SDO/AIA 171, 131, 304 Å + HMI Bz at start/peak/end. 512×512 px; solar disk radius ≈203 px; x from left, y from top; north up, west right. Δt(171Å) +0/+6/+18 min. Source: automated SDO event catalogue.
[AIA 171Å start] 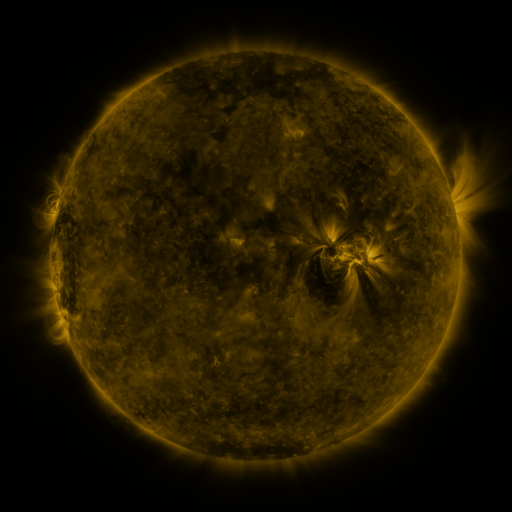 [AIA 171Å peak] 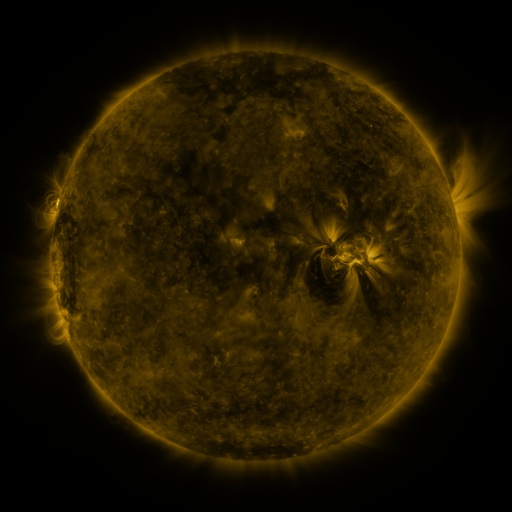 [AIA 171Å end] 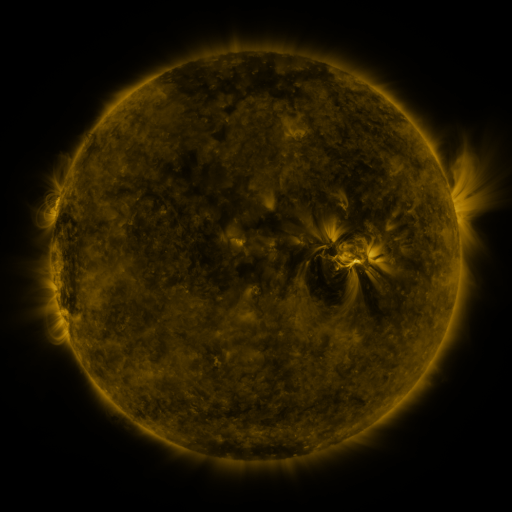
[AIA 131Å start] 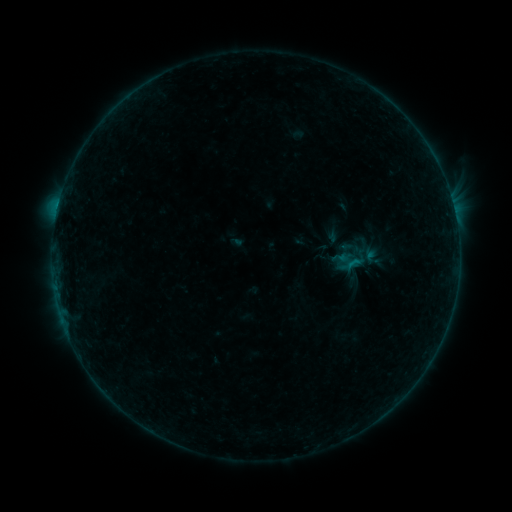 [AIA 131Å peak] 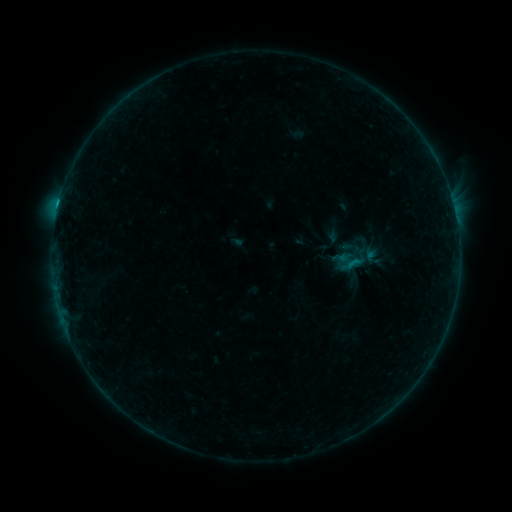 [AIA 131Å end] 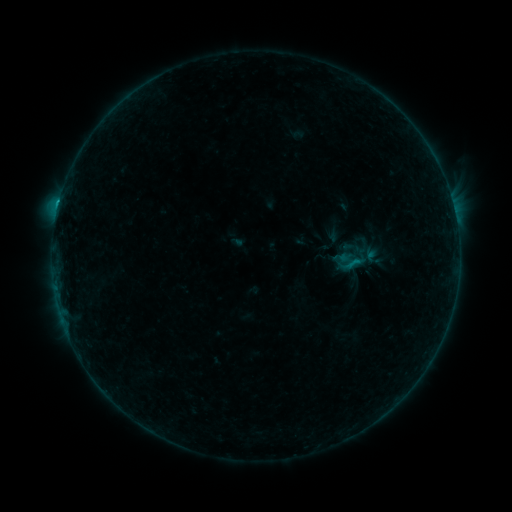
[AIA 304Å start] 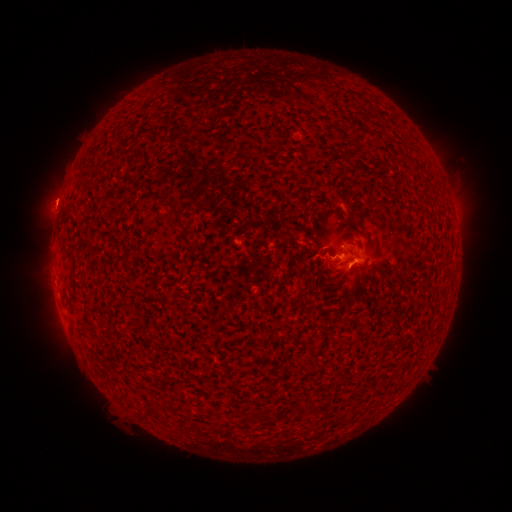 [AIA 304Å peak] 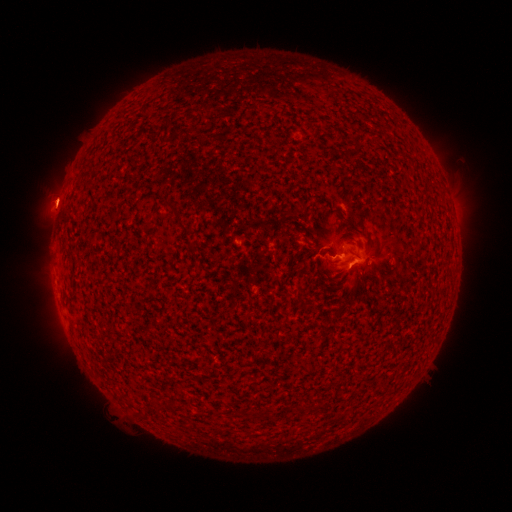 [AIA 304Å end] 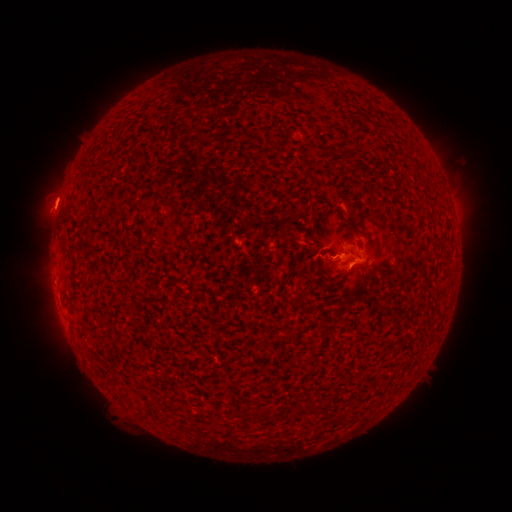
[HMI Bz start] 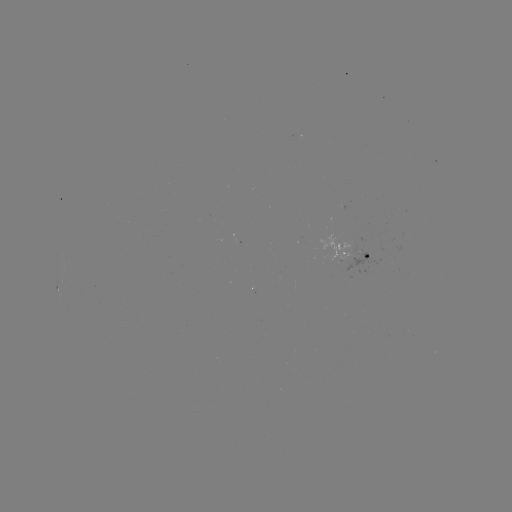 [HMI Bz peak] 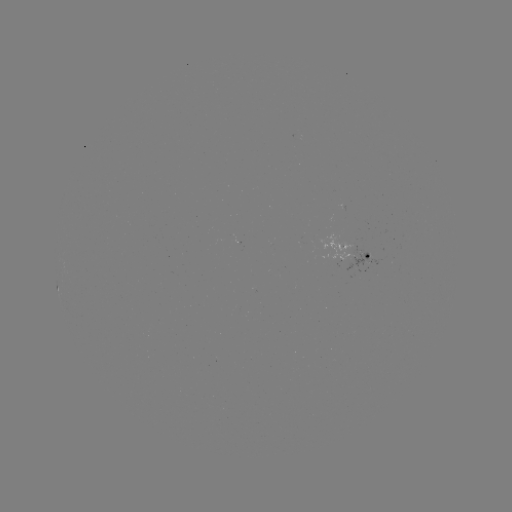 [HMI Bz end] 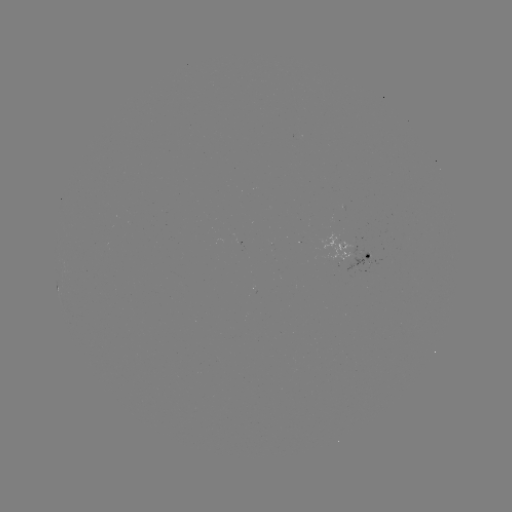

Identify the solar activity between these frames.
B8.3 flare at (58, 208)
